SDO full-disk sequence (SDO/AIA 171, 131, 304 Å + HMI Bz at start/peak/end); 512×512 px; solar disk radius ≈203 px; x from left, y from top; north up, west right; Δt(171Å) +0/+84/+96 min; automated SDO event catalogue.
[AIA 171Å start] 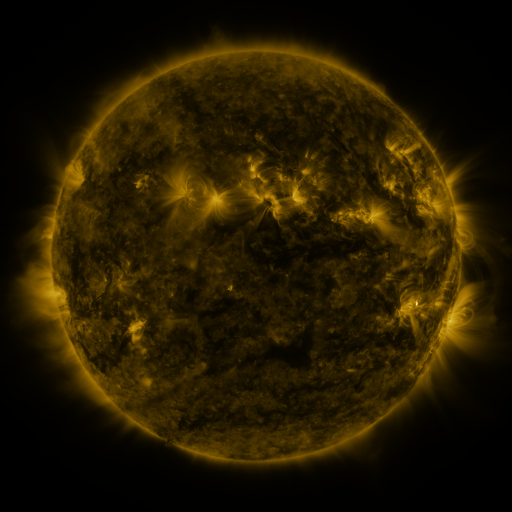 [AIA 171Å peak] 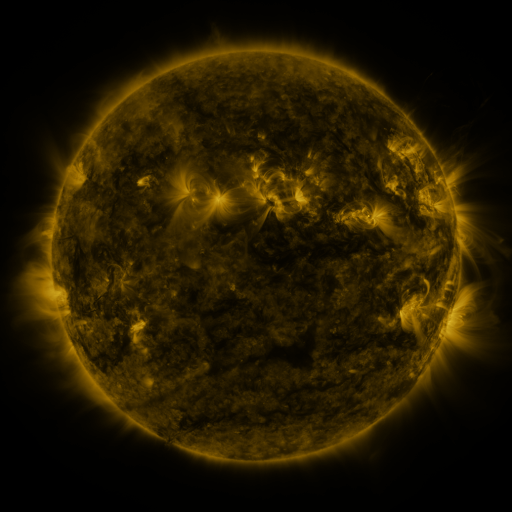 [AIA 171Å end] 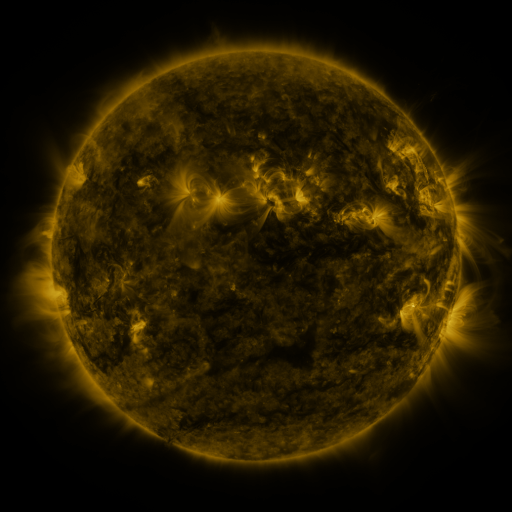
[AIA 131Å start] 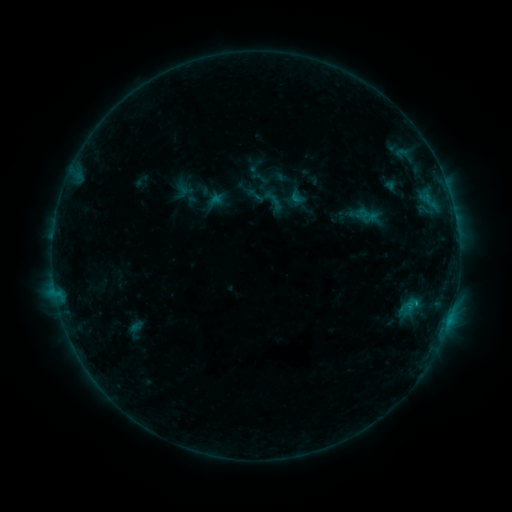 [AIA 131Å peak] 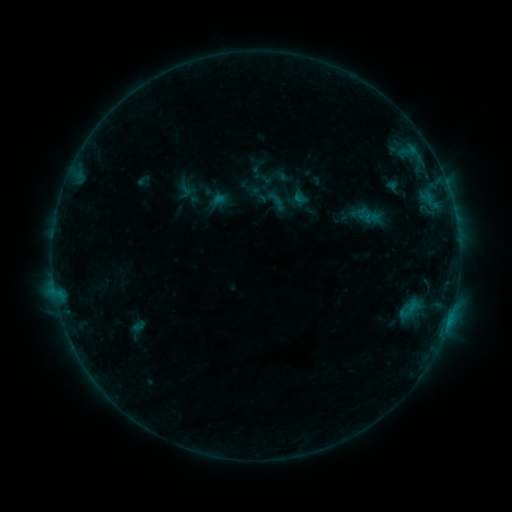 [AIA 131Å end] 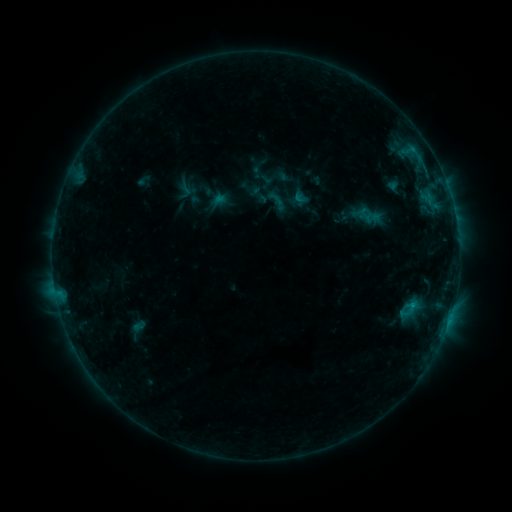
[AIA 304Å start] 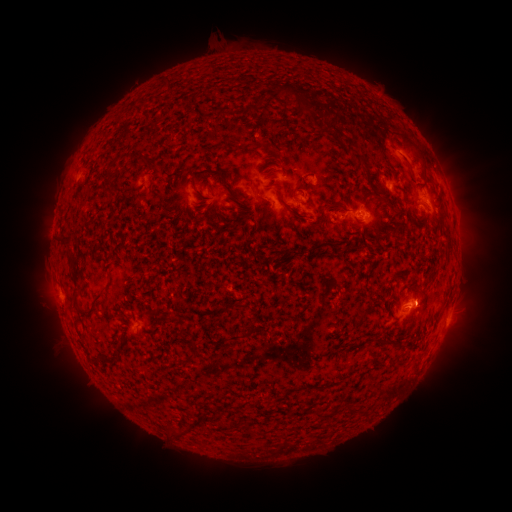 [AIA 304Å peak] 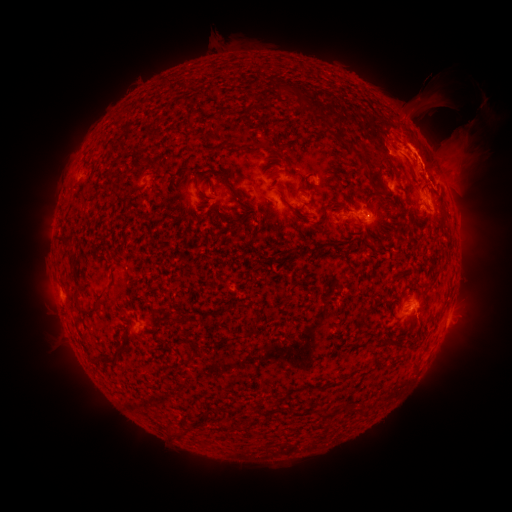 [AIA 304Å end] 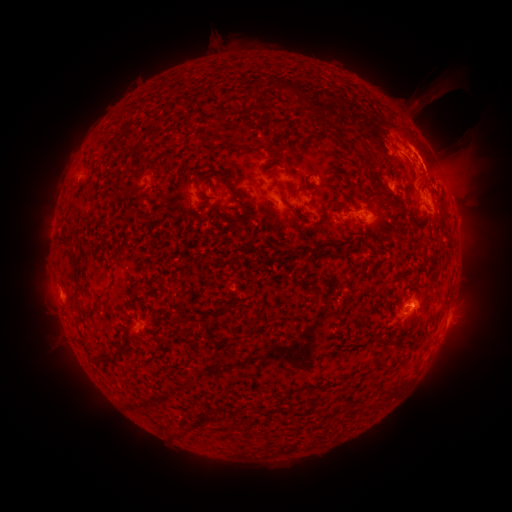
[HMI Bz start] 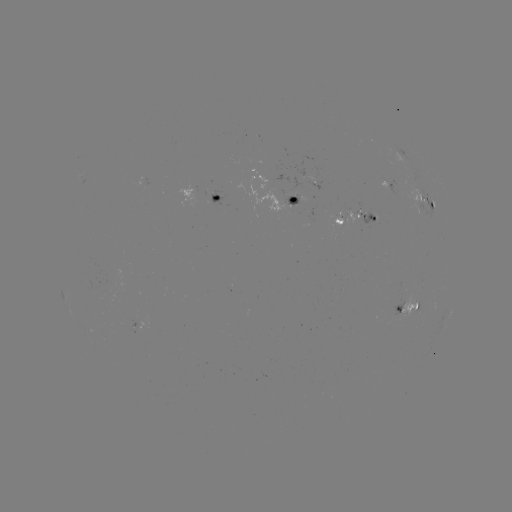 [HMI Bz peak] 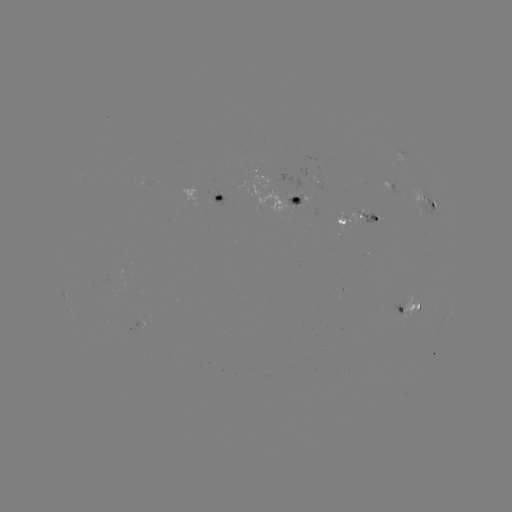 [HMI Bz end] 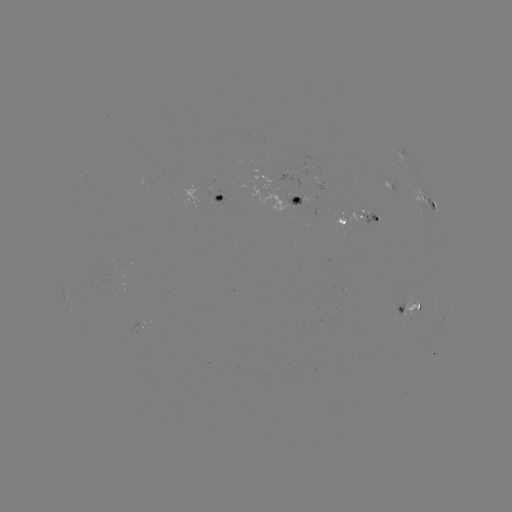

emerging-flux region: <bbox>287, 194, 303, 205</bbox>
